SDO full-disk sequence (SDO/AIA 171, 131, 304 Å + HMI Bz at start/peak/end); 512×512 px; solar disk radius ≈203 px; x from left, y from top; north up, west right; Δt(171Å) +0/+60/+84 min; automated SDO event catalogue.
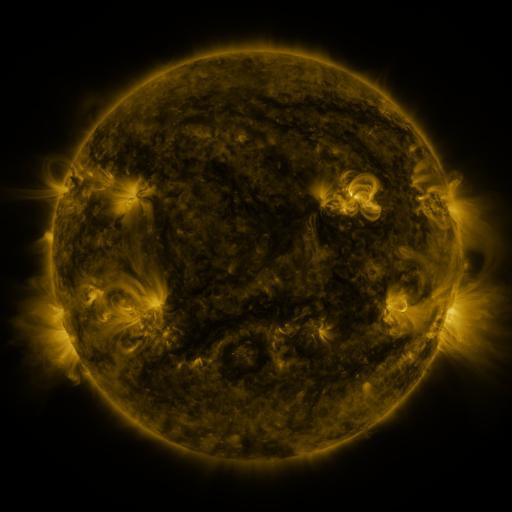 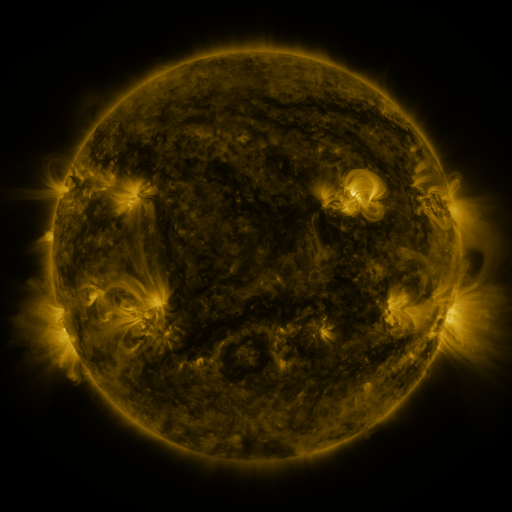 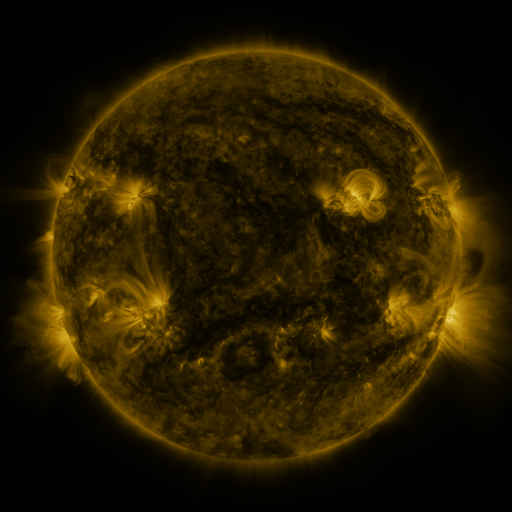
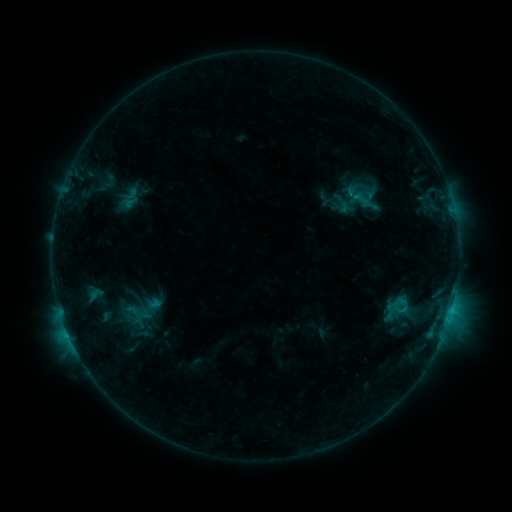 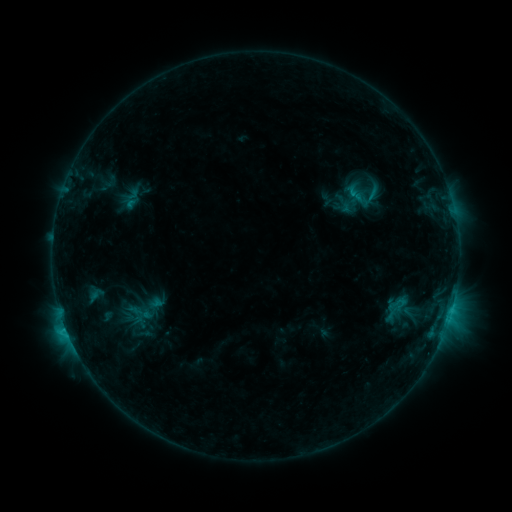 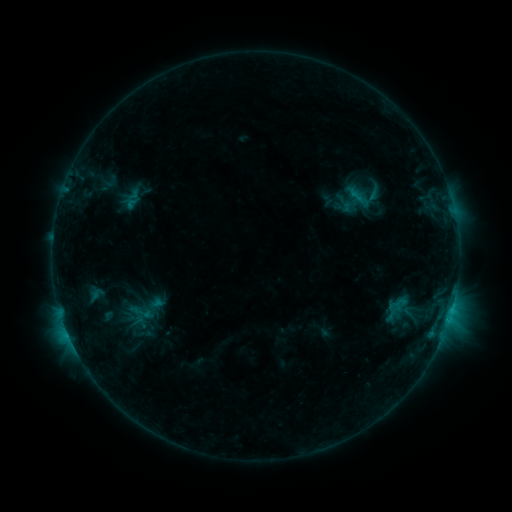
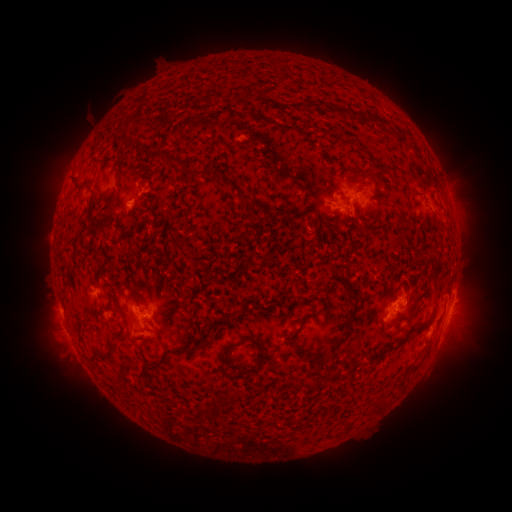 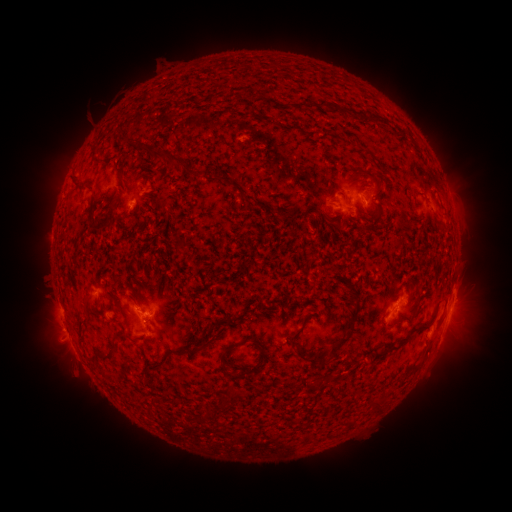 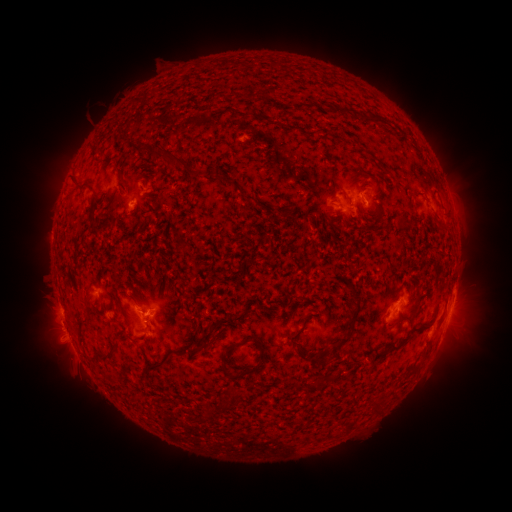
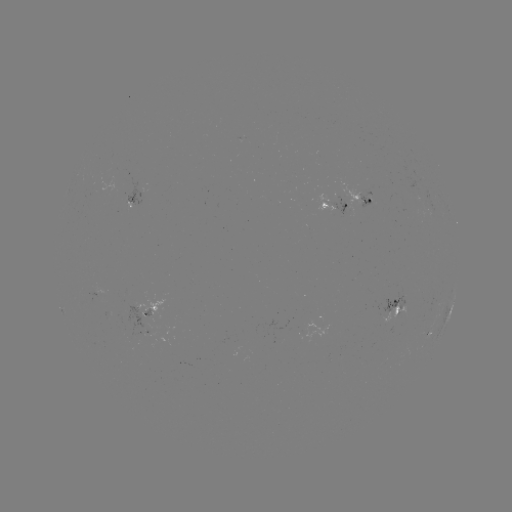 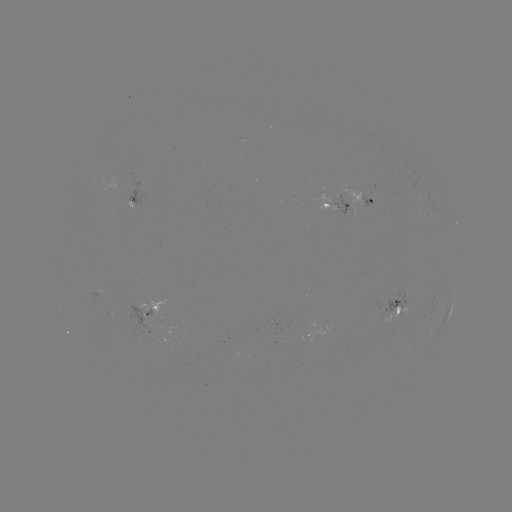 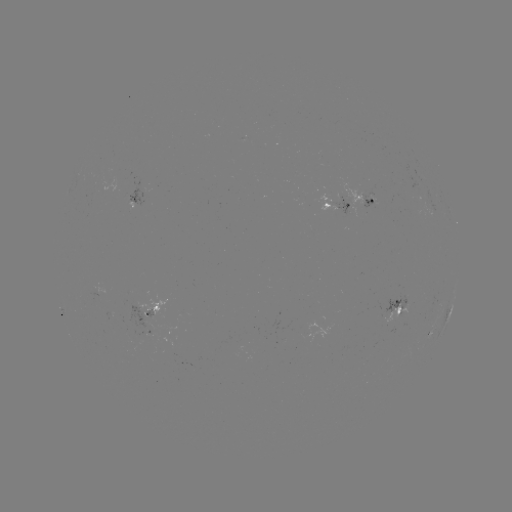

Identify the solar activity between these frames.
emerging-flux region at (151, 317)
